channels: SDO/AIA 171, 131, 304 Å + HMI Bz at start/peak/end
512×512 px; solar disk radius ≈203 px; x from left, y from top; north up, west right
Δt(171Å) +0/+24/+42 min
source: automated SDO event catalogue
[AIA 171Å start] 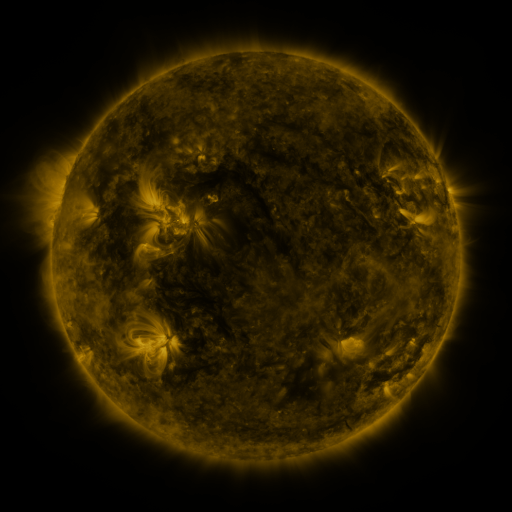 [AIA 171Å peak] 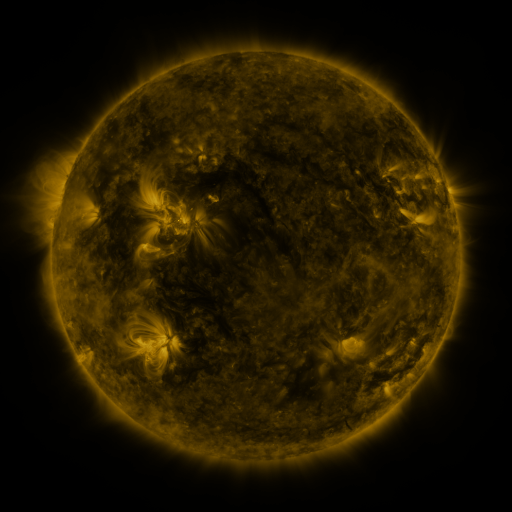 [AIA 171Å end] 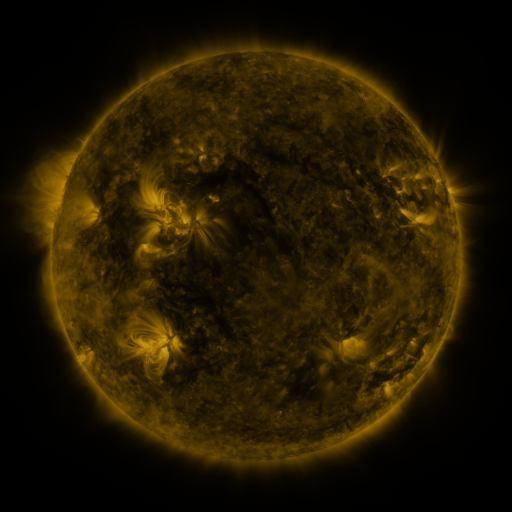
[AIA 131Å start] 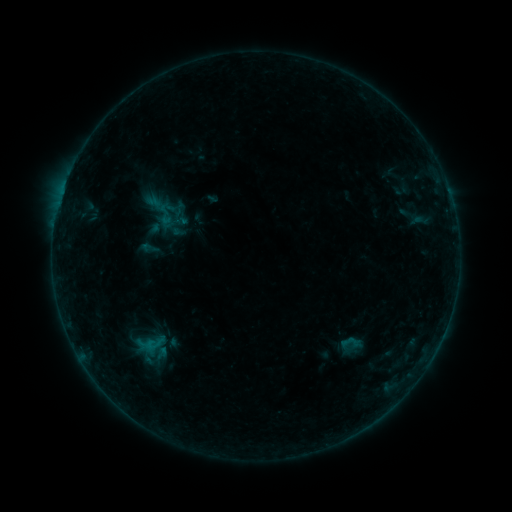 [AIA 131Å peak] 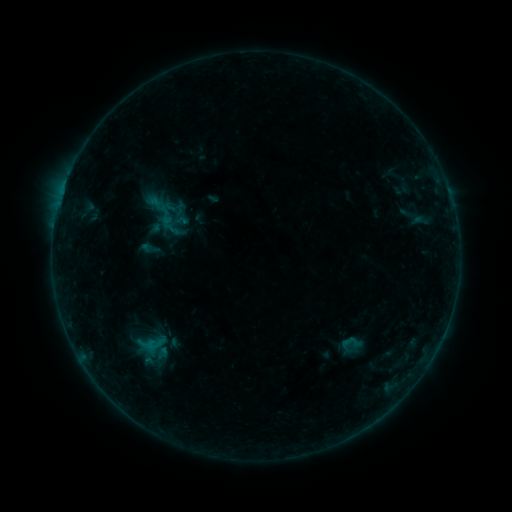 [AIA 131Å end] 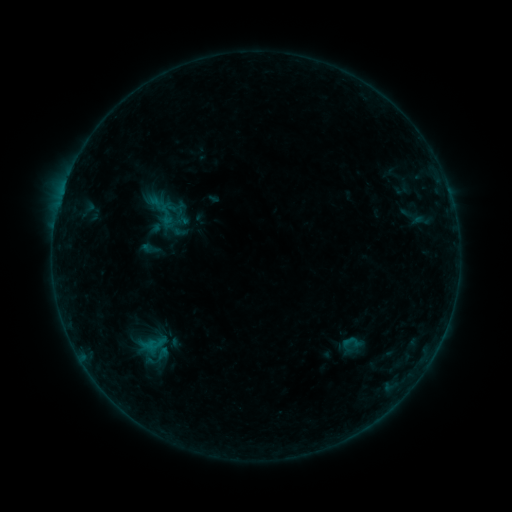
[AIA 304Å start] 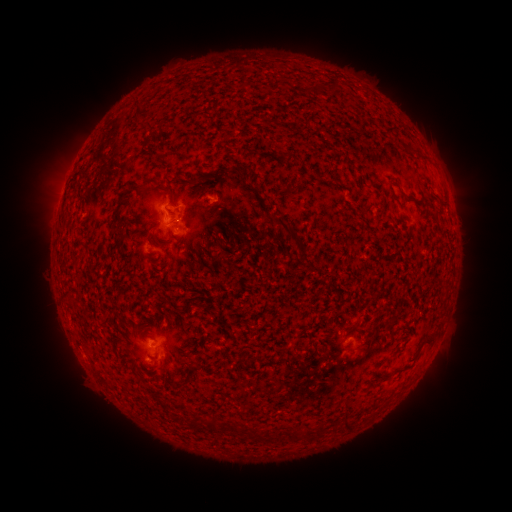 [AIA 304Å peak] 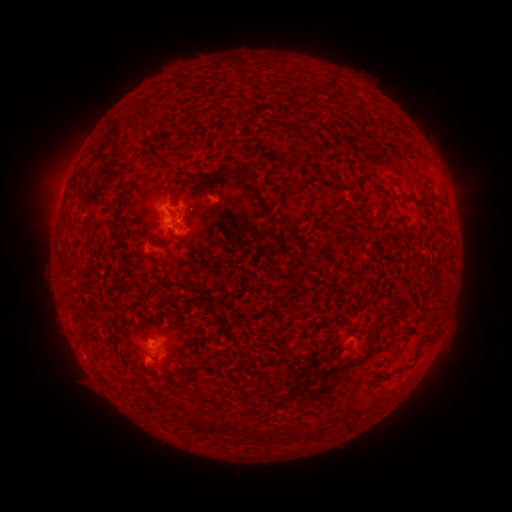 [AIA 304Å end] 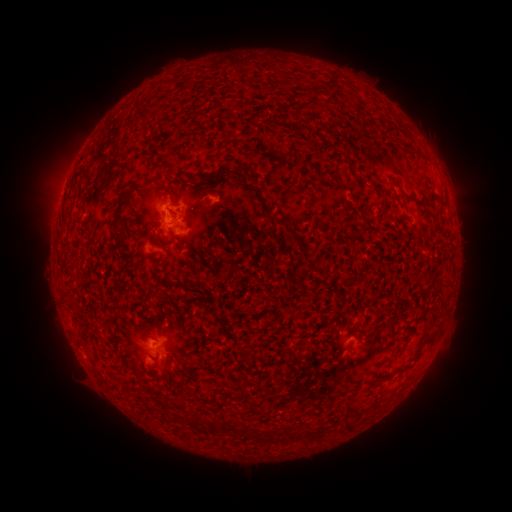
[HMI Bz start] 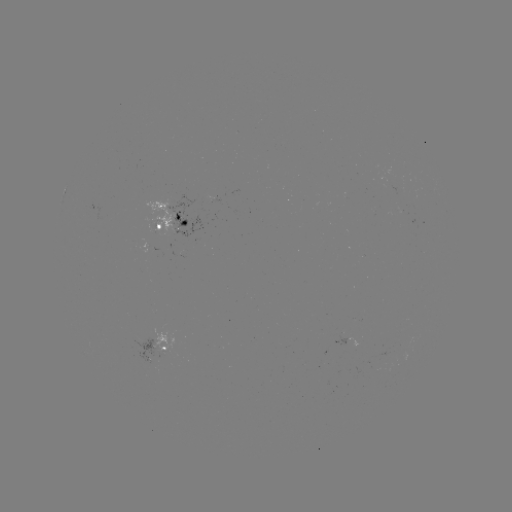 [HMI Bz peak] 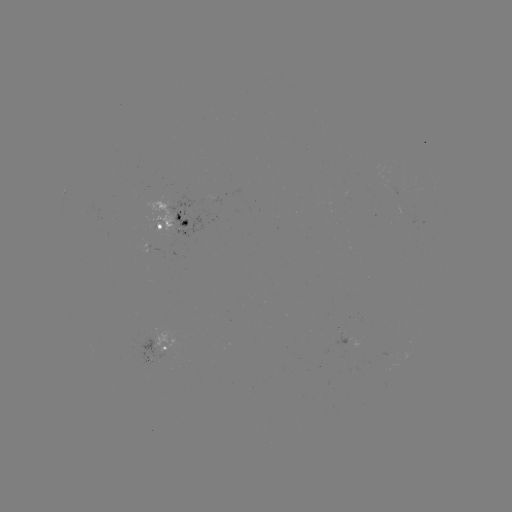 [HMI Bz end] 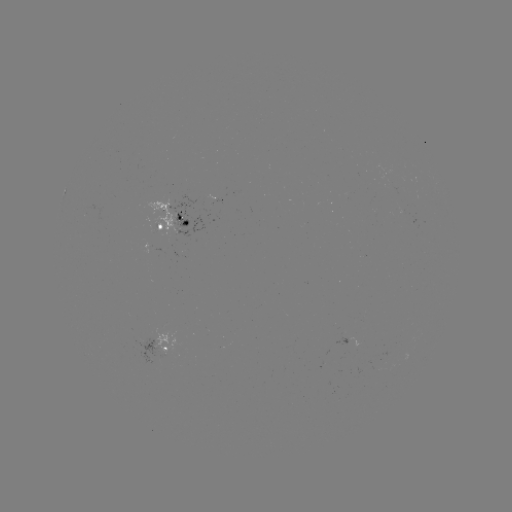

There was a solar flare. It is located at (175, 232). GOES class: B3.2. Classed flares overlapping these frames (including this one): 1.